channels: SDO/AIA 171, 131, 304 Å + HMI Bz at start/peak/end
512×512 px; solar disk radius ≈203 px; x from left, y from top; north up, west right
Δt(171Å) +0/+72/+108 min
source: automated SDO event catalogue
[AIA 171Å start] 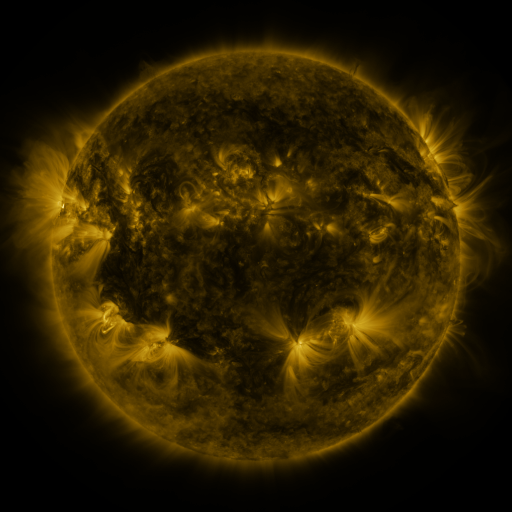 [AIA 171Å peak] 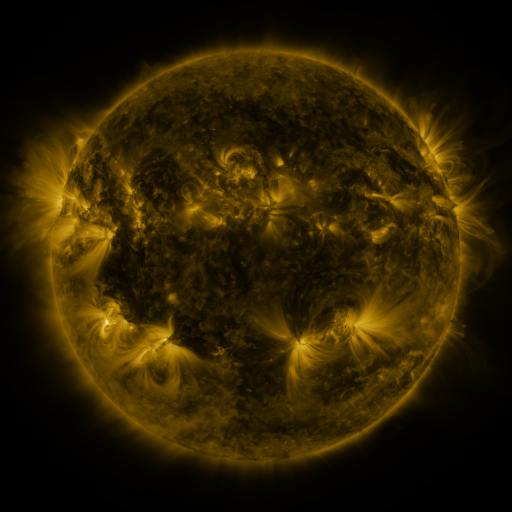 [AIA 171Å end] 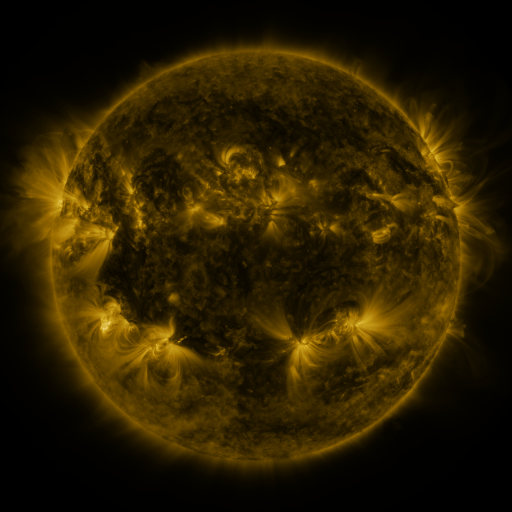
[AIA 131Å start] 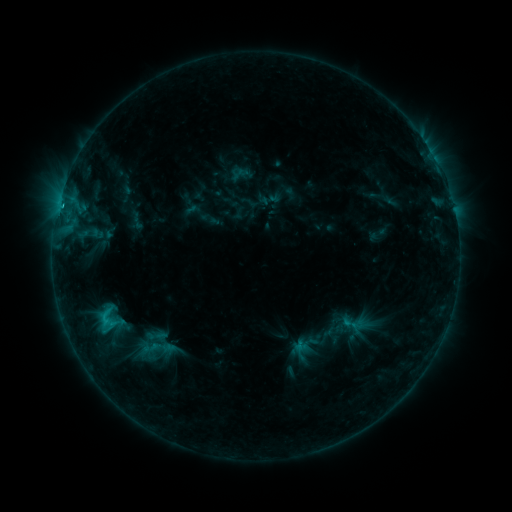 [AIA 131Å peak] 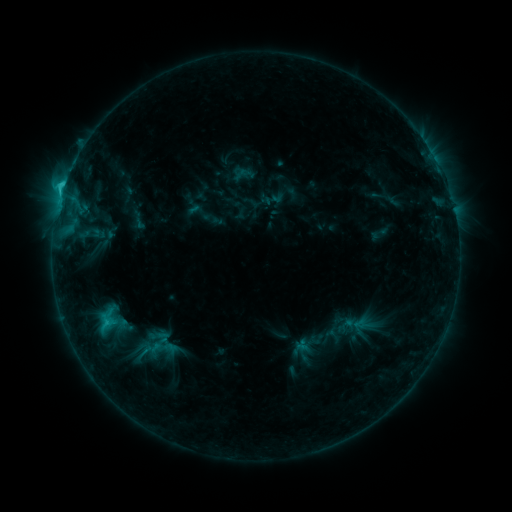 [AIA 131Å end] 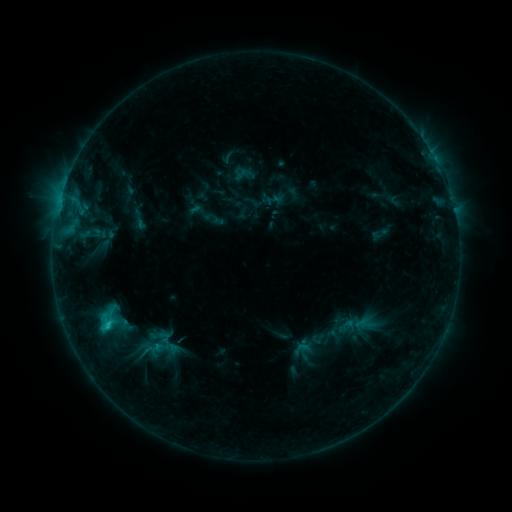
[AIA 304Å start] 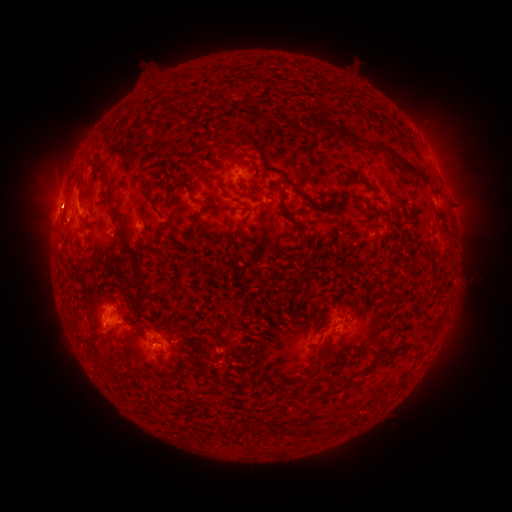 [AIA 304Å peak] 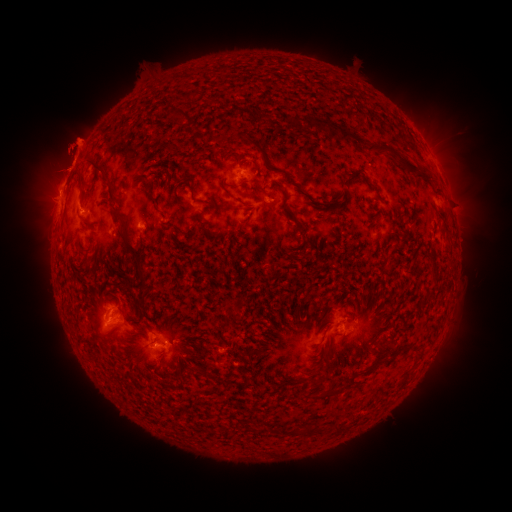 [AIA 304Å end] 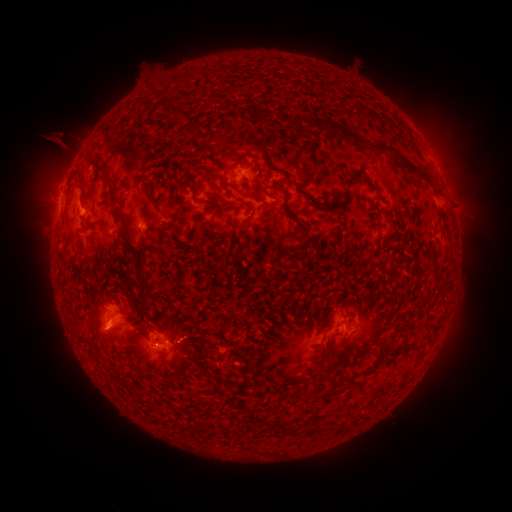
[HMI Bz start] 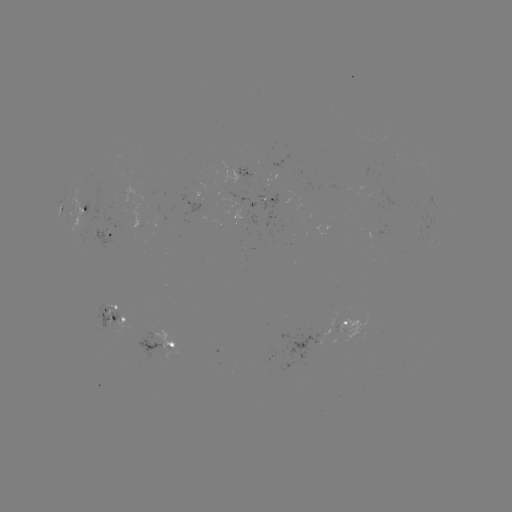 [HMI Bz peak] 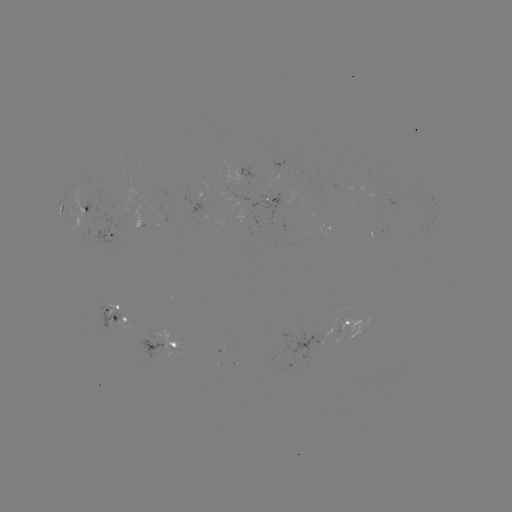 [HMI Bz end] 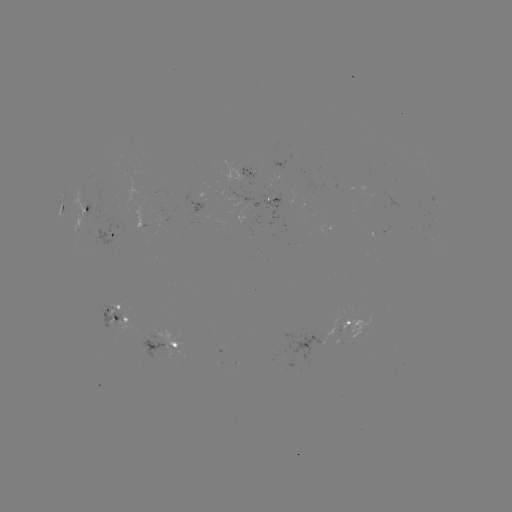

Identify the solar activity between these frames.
emerging-flux region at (347, 323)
